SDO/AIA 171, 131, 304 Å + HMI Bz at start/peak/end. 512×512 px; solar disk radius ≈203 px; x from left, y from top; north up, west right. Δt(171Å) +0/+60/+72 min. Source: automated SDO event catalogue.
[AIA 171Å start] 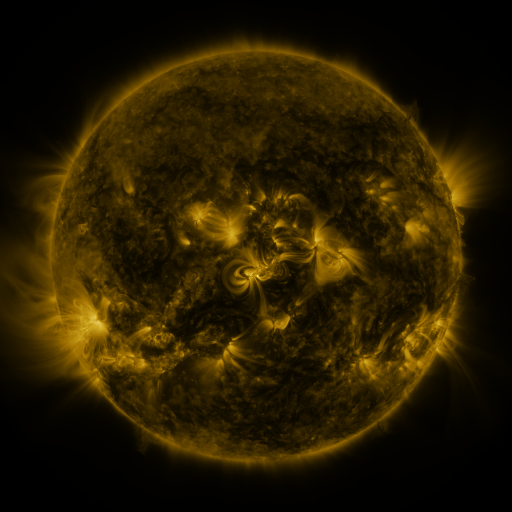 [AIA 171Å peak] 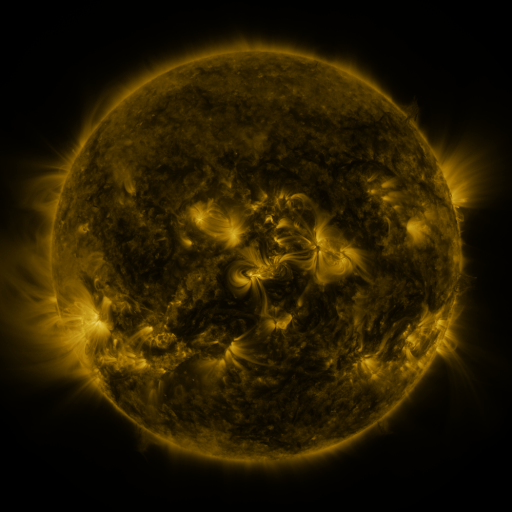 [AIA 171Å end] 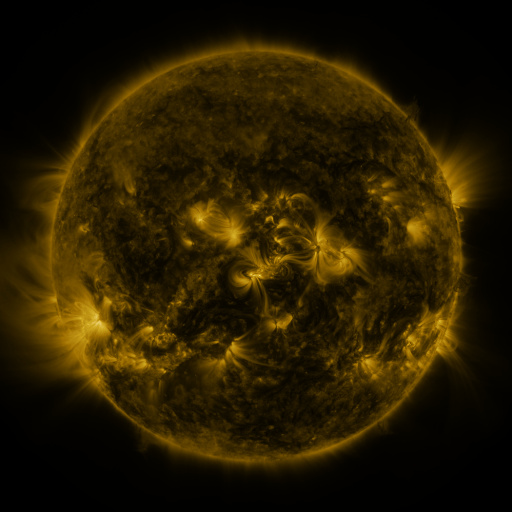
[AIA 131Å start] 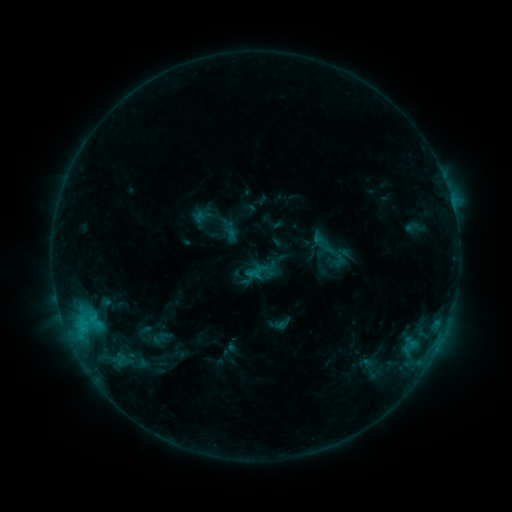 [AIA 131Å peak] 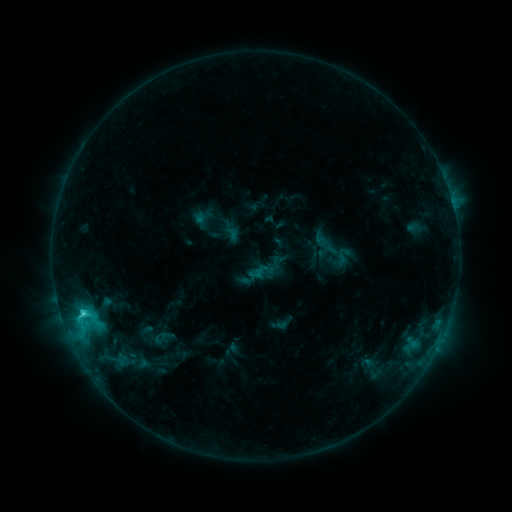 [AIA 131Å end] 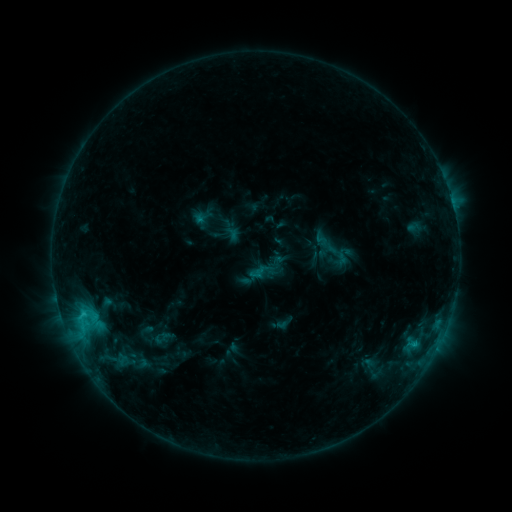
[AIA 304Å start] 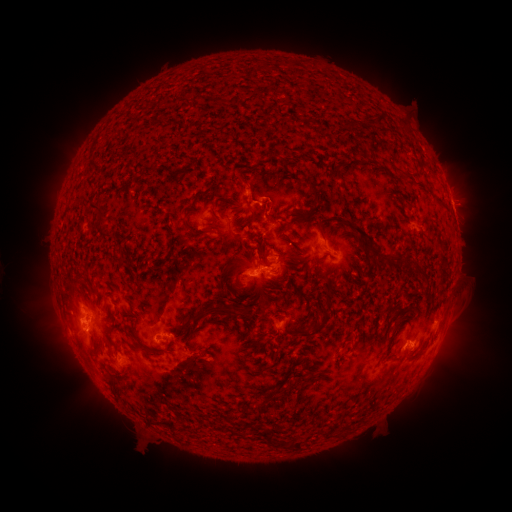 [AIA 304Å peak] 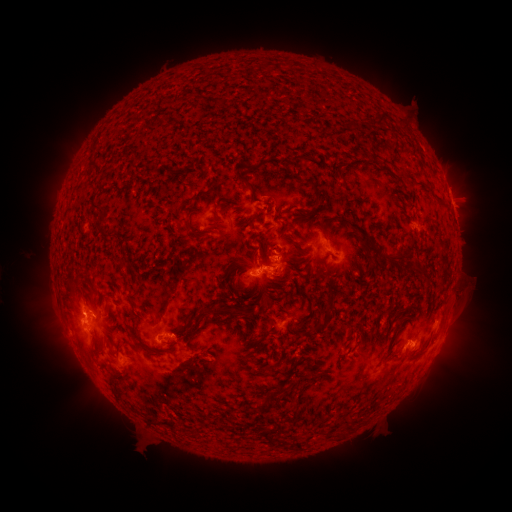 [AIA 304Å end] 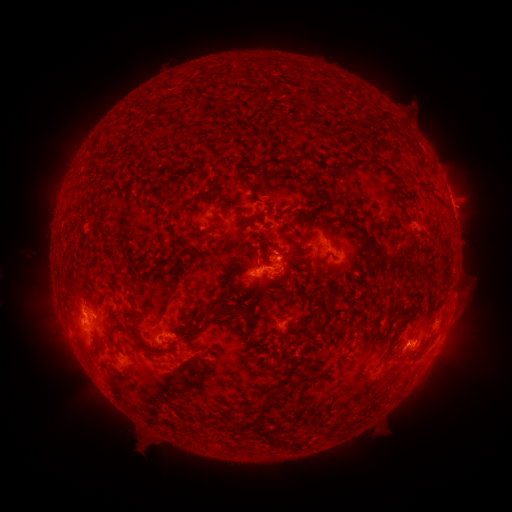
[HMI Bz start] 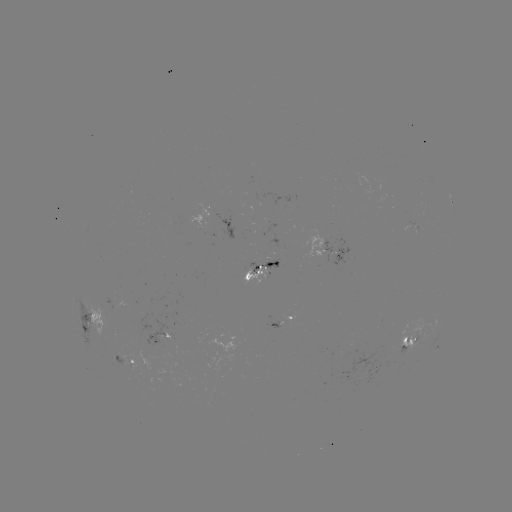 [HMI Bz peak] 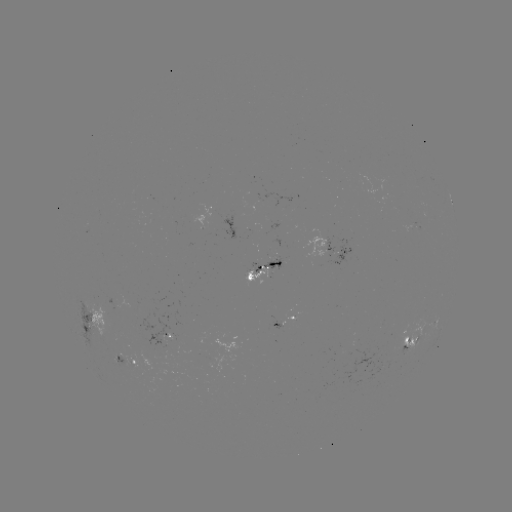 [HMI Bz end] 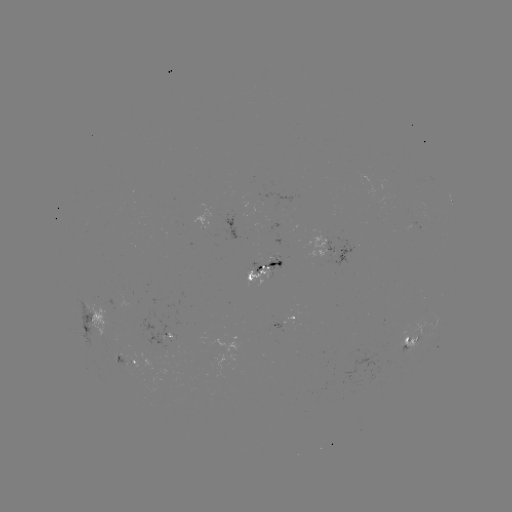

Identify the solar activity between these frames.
emerging-flux region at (160, 335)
